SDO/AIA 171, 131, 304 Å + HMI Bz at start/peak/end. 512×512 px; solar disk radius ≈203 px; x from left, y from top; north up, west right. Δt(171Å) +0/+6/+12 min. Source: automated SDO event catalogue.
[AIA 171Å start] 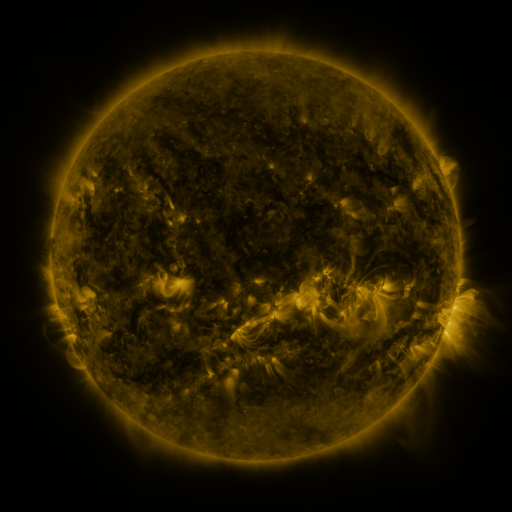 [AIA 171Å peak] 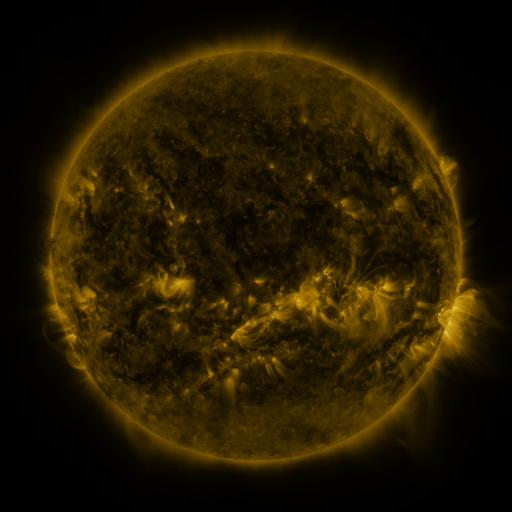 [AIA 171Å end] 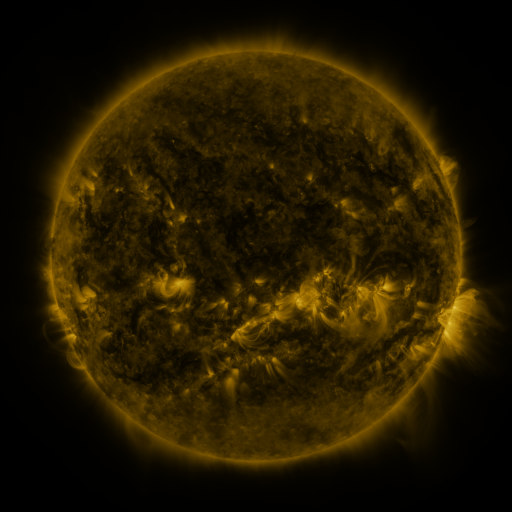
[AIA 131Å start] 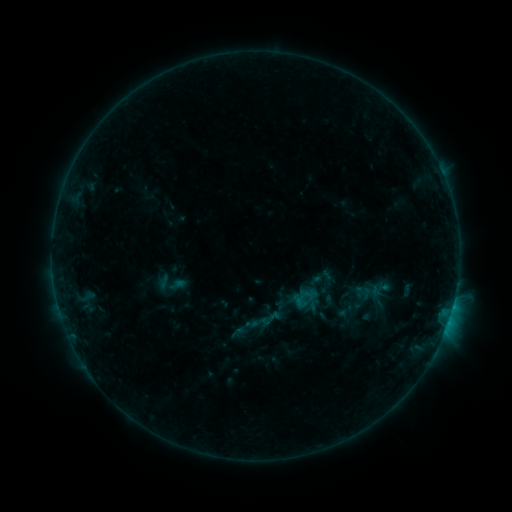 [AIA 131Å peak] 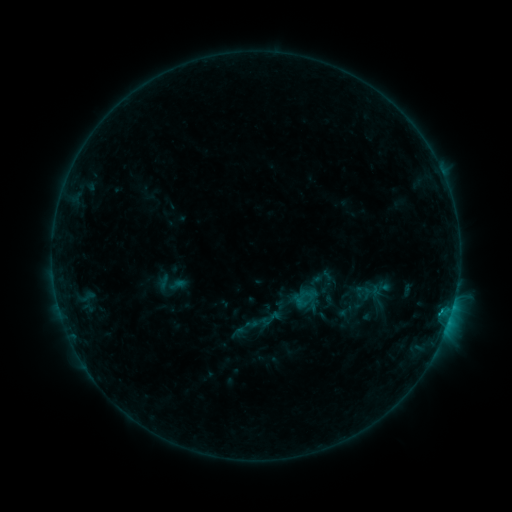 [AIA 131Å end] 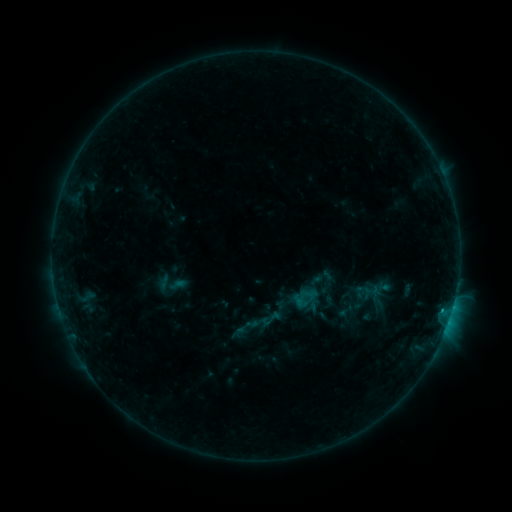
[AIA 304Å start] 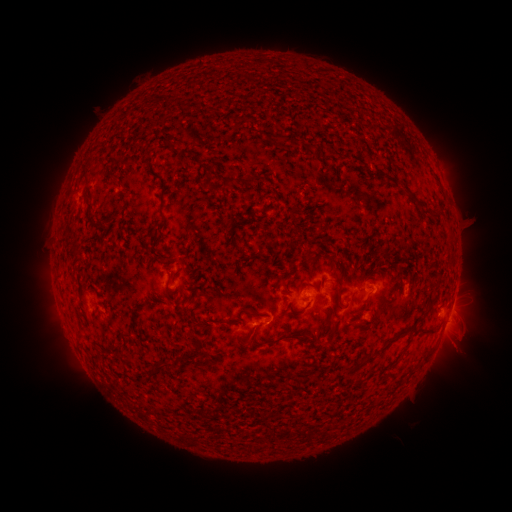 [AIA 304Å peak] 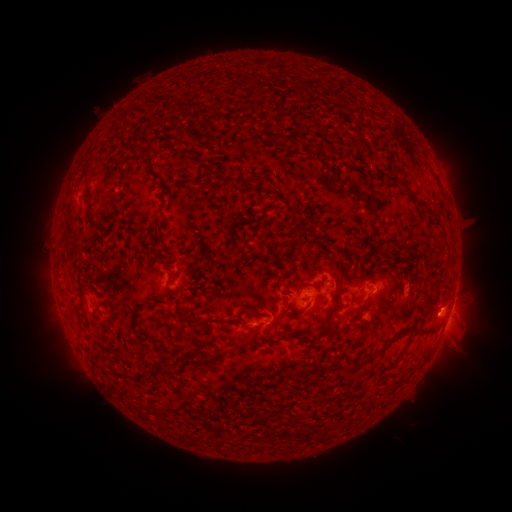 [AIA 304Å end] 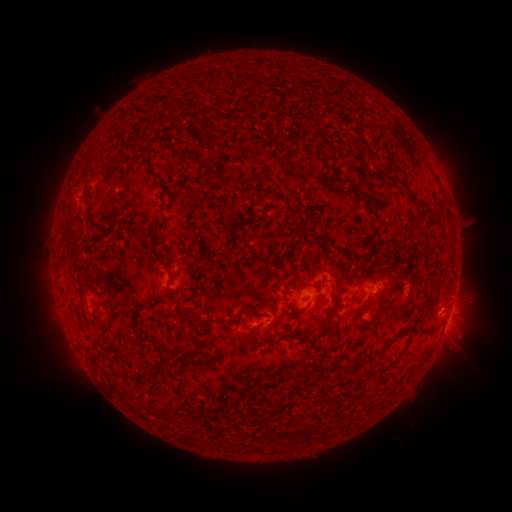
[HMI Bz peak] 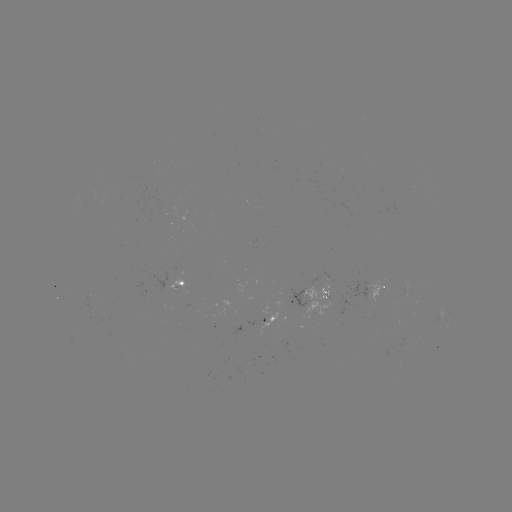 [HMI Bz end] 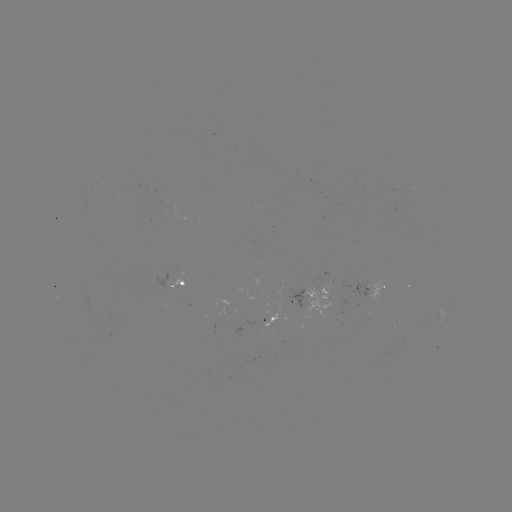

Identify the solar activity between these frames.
B6.3 flare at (441, 310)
